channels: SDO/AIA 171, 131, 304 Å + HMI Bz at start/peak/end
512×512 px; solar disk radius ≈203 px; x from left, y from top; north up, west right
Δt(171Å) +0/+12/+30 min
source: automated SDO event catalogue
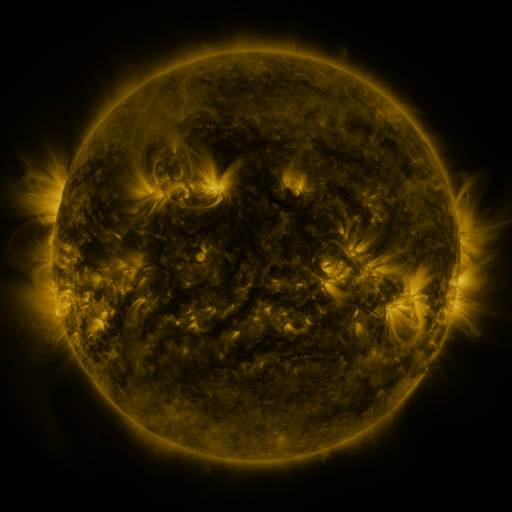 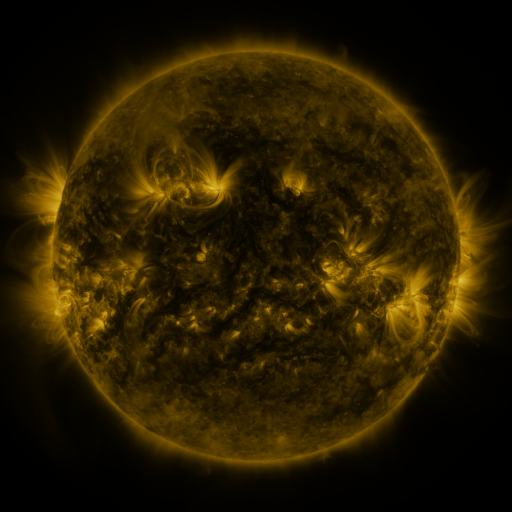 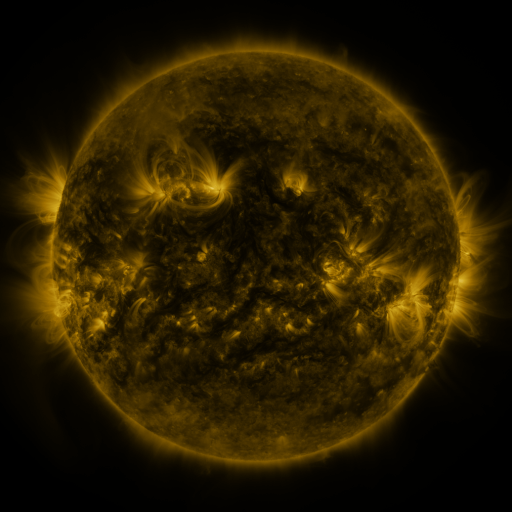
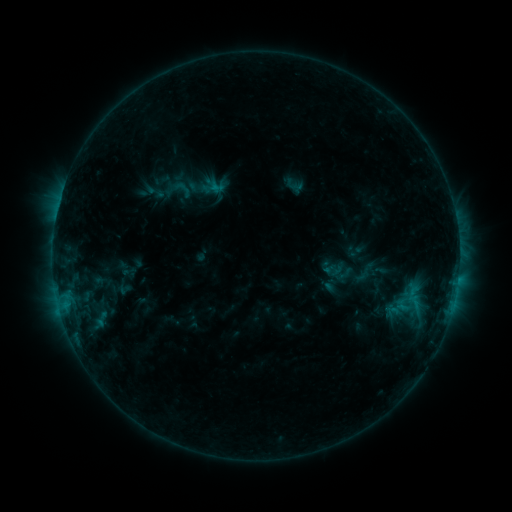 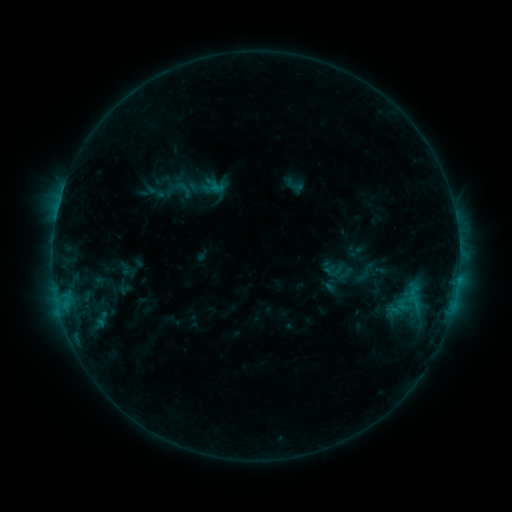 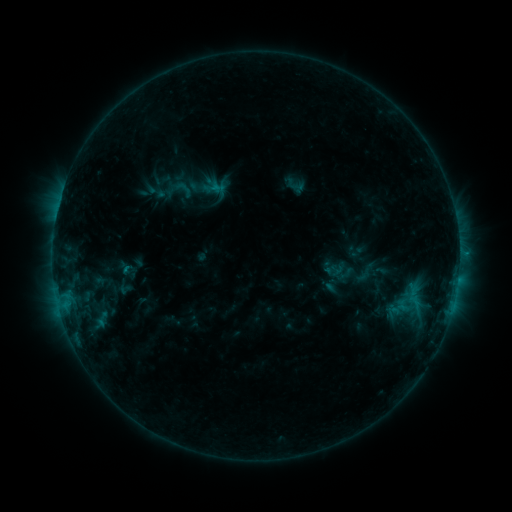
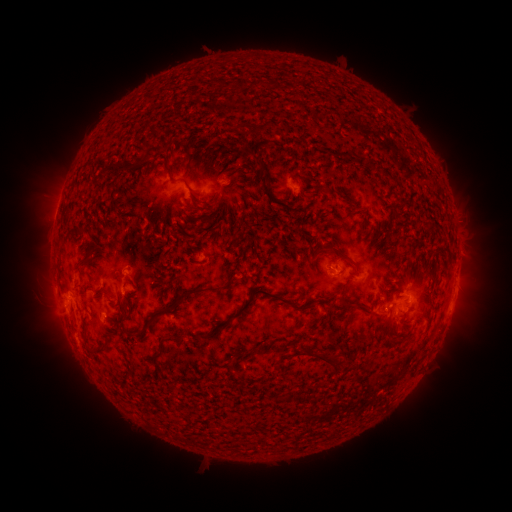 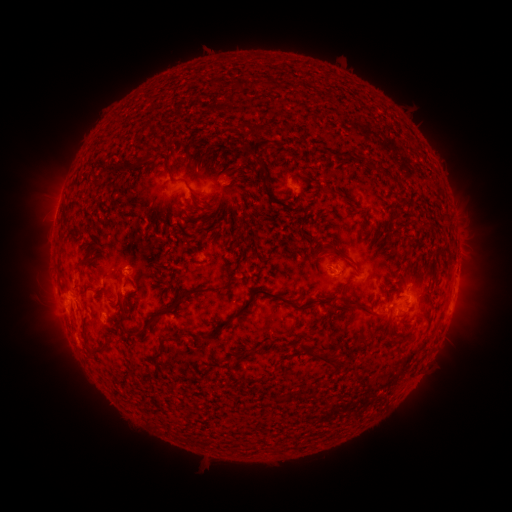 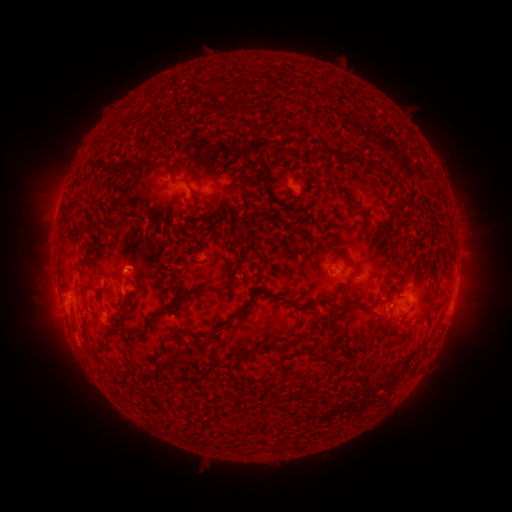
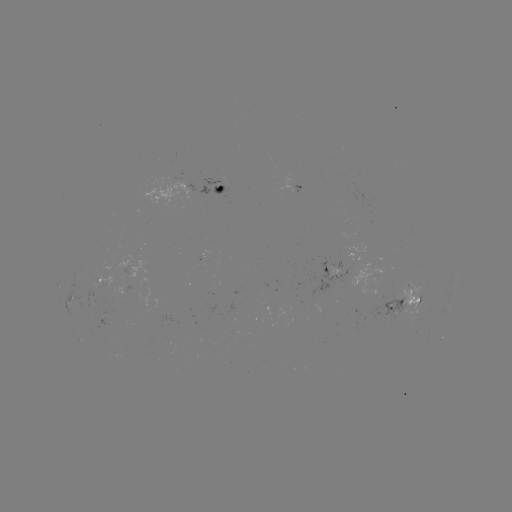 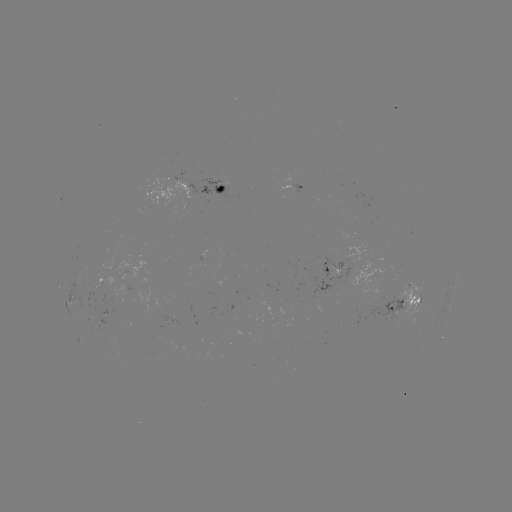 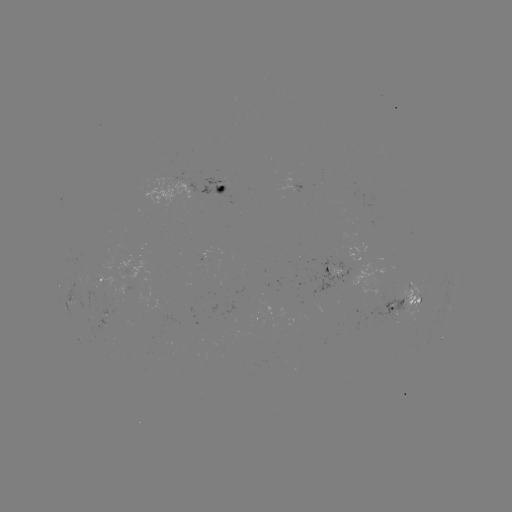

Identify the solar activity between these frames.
no classed flare was catalogued and no EUV brightening was flagged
